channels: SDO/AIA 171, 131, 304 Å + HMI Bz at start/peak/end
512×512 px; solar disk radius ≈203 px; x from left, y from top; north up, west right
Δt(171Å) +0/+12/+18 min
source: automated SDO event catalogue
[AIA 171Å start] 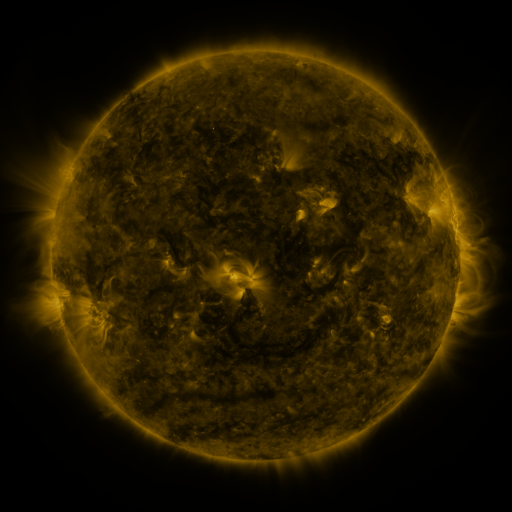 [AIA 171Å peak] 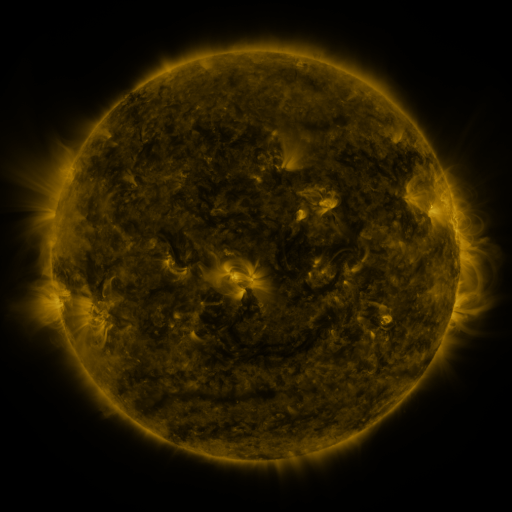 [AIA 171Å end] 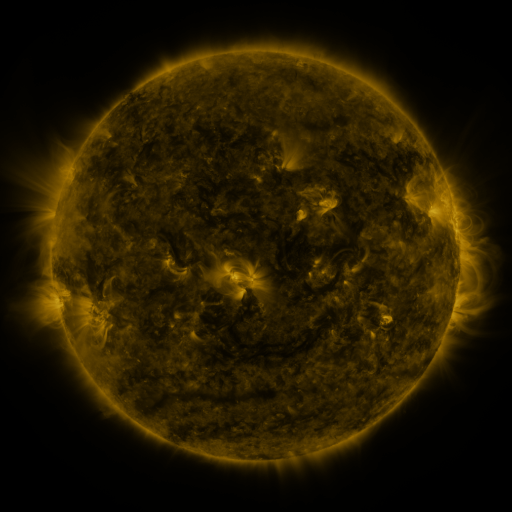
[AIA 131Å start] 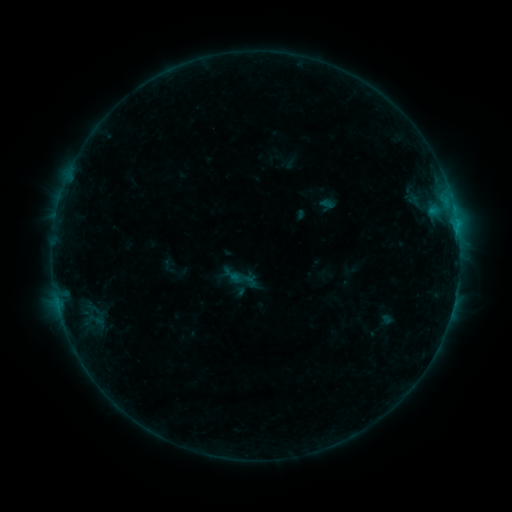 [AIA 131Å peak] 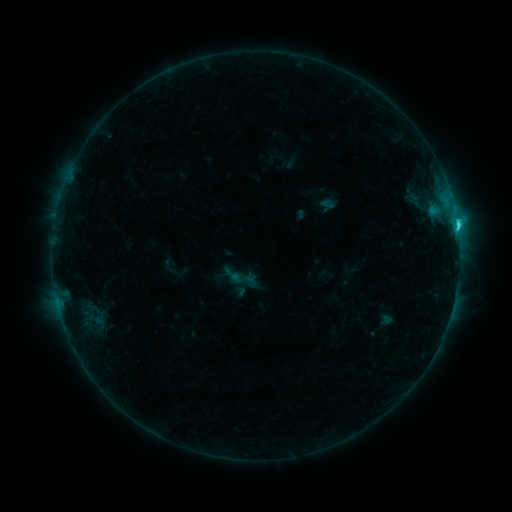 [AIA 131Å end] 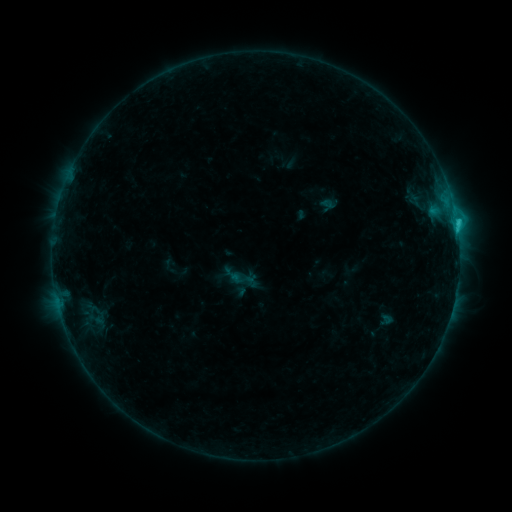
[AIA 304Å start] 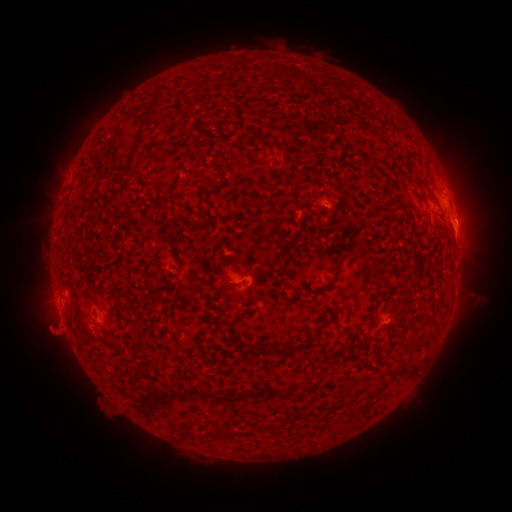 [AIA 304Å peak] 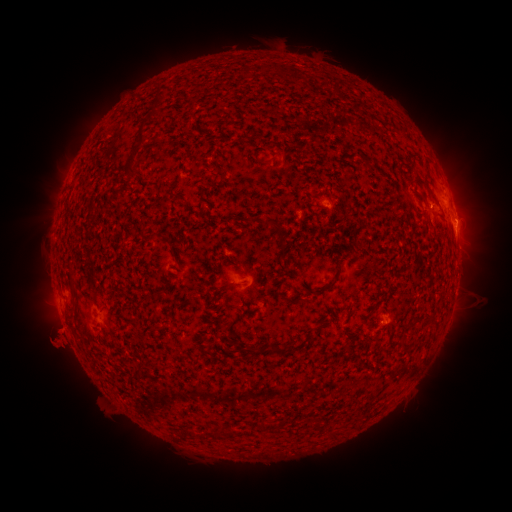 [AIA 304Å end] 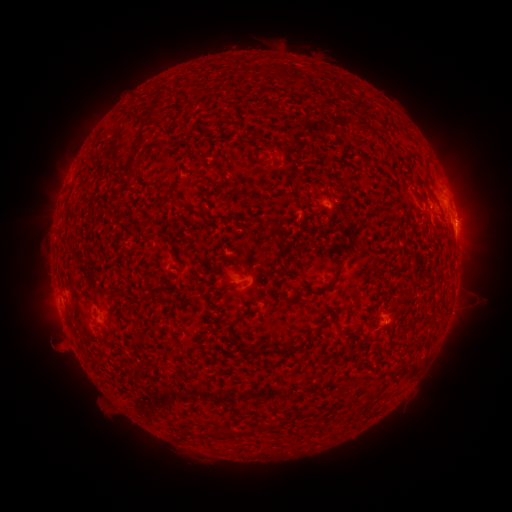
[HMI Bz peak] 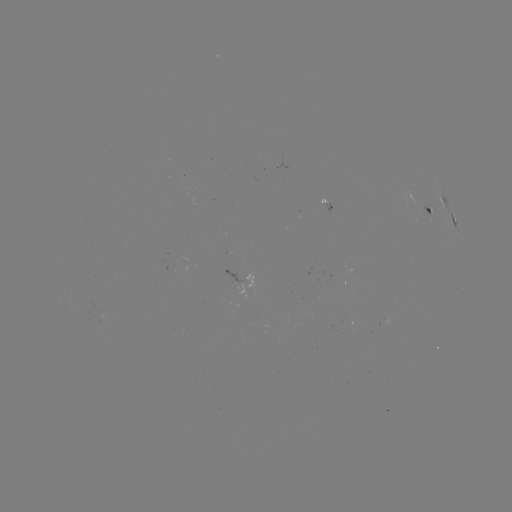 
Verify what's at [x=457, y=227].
C1.9 flare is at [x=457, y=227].